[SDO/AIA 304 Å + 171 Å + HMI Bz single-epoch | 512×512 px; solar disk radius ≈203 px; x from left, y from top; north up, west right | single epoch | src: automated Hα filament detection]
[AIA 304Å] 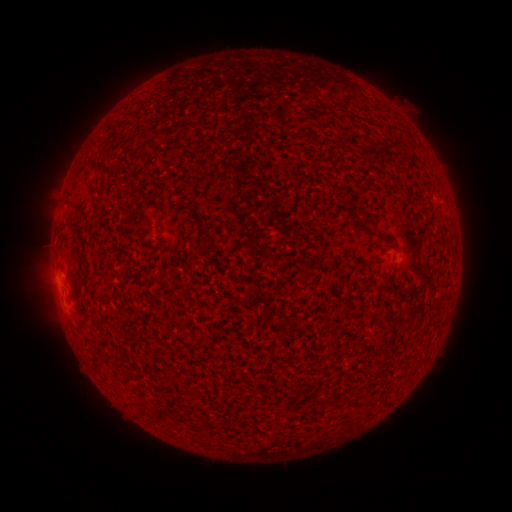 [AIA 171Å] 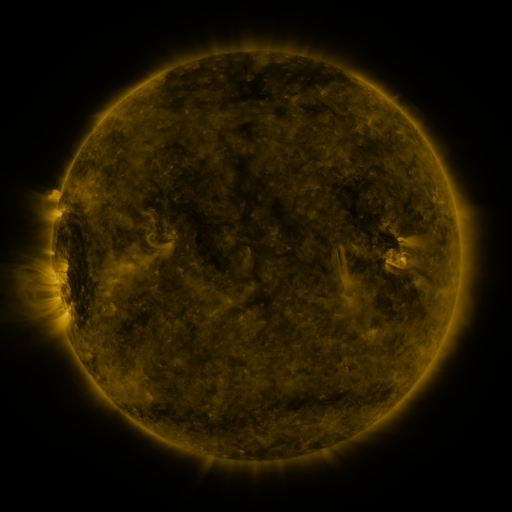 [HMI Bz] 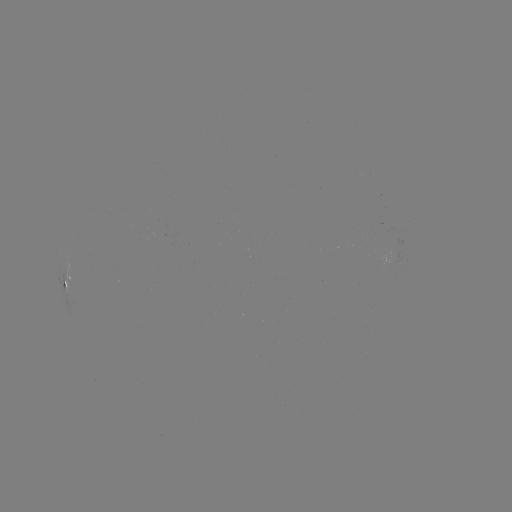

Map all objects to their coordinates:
filament: <bbox>352, 220, 379, 240</bbox>
filament: <bbox>350, 398, 364, 409</bbox>
